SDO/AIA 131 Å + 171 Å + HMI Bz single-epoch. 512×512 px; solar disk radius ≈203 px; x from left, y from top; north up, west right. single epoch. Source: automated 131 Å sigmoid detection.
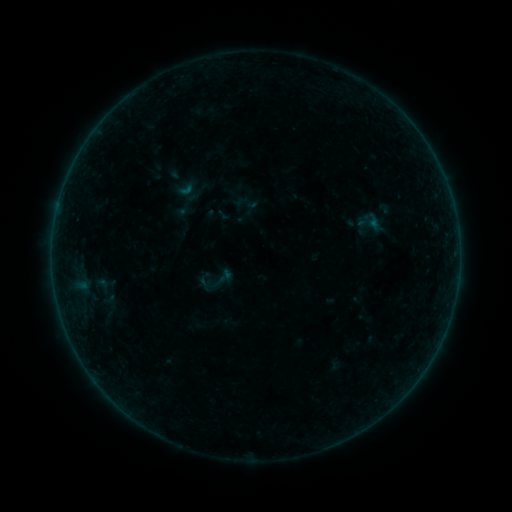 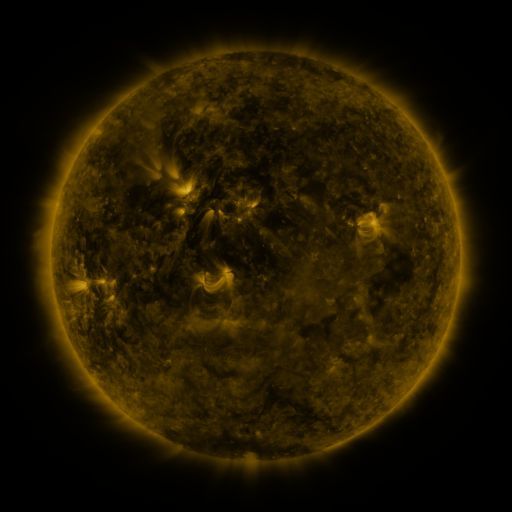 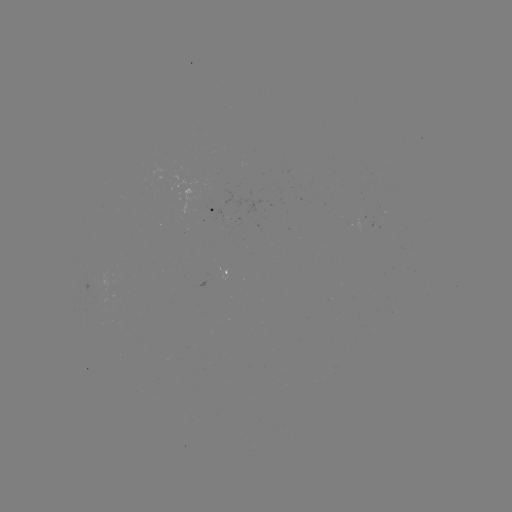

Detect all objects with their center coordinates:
sigmoid: (218, 281)
